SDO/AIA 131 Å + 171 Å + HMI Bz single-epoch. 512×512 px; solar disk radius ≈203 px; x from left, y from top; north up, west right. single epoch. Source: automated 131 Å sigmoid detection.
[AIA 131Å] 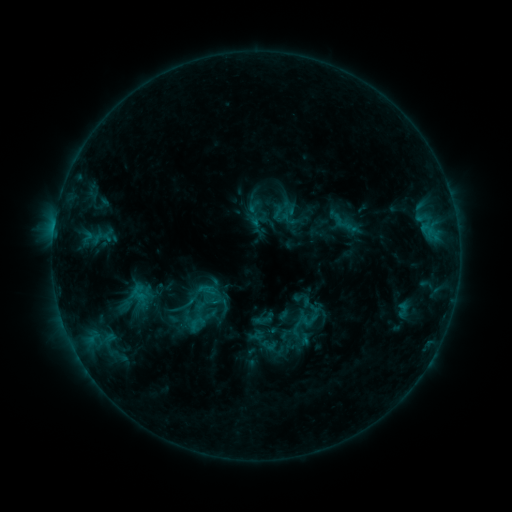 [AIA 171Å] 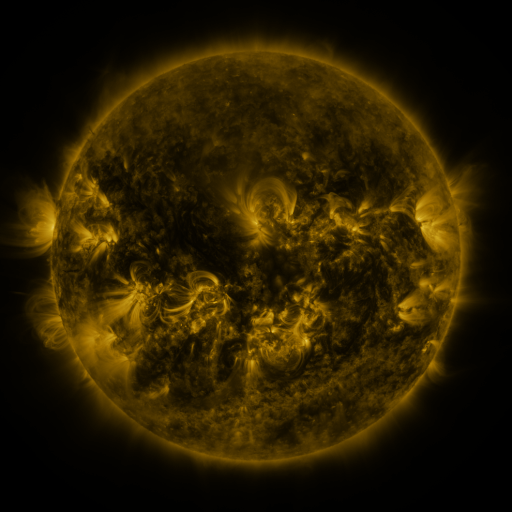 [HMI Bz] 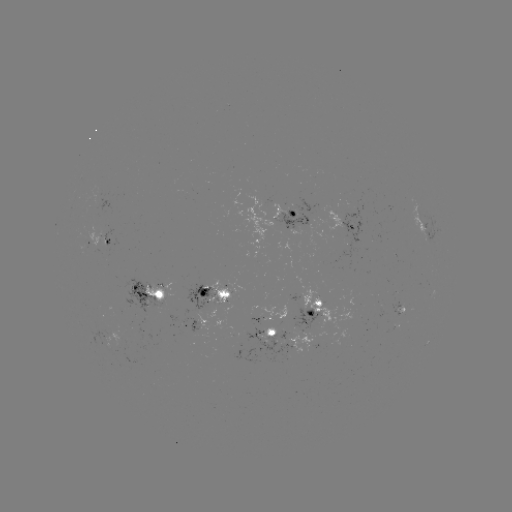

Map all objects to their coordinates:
sigmoid: (262, 320)
sigmoid: (197, 323)
